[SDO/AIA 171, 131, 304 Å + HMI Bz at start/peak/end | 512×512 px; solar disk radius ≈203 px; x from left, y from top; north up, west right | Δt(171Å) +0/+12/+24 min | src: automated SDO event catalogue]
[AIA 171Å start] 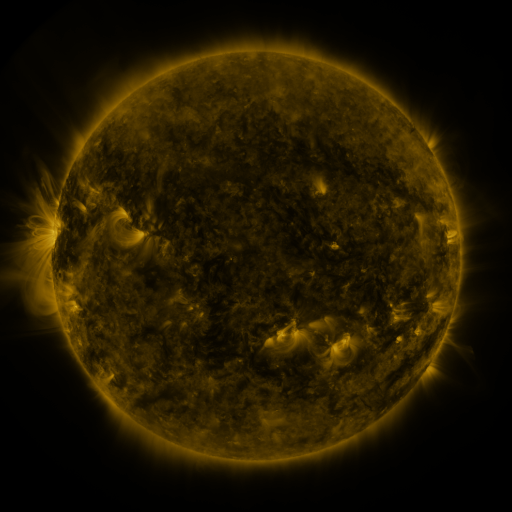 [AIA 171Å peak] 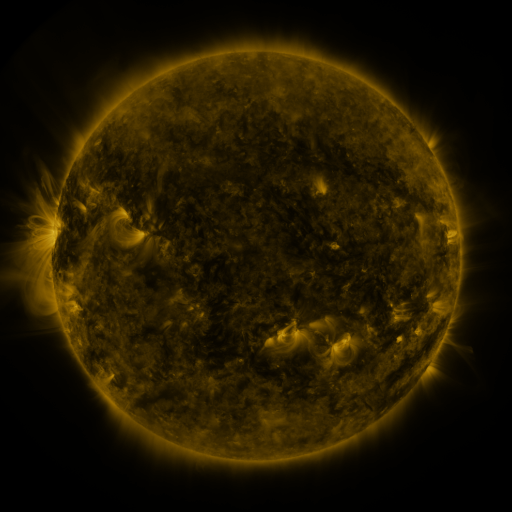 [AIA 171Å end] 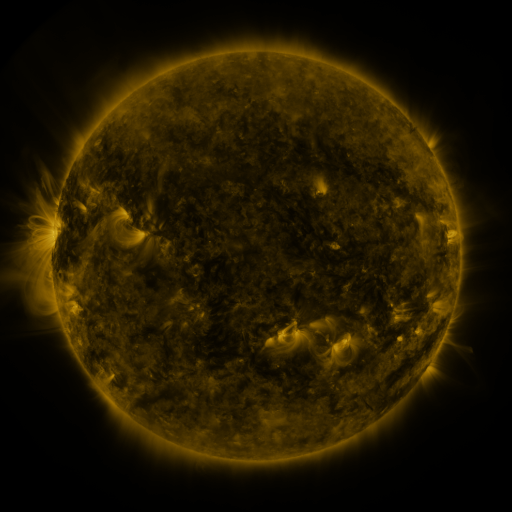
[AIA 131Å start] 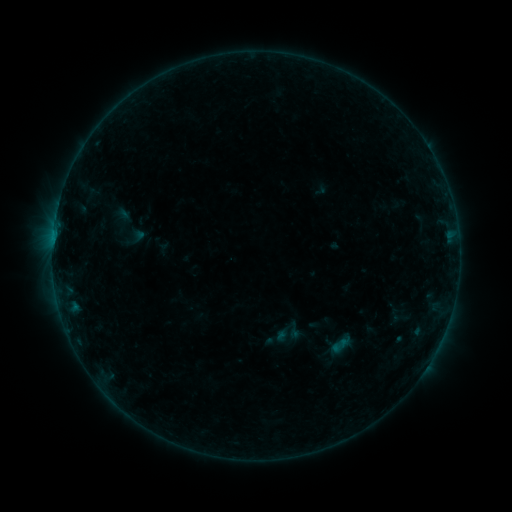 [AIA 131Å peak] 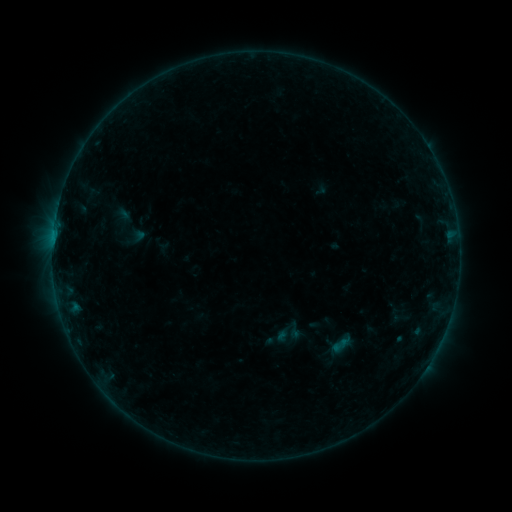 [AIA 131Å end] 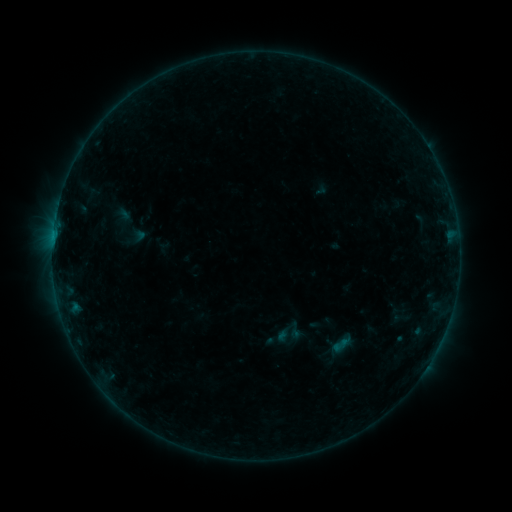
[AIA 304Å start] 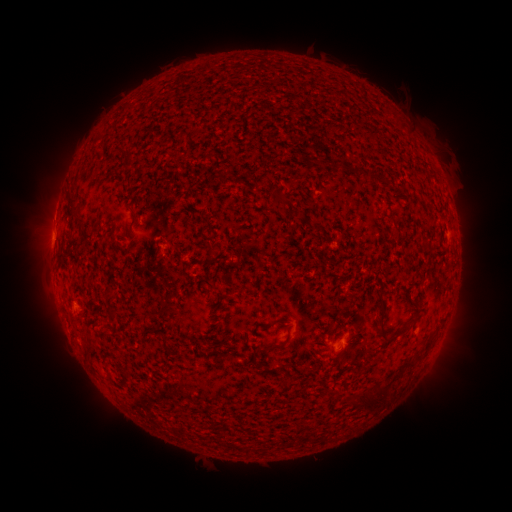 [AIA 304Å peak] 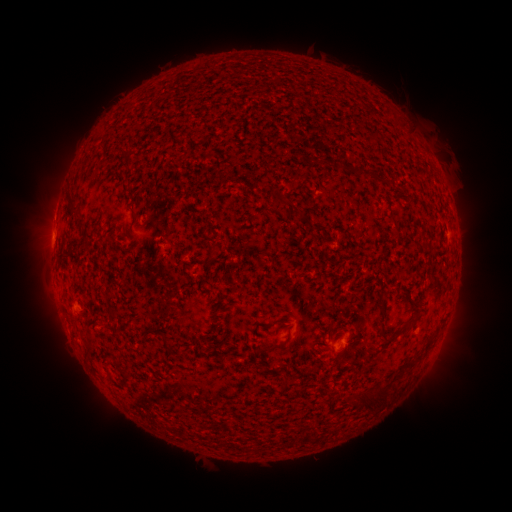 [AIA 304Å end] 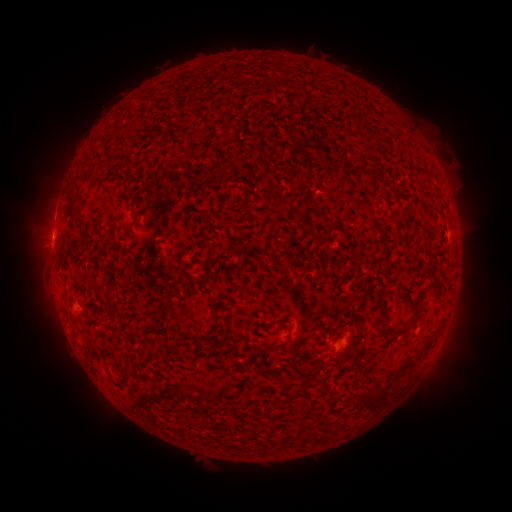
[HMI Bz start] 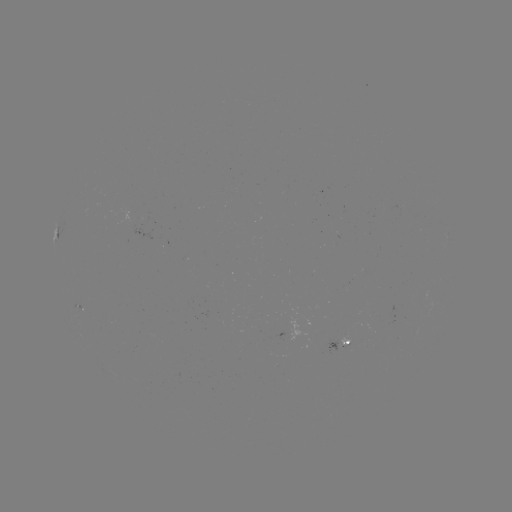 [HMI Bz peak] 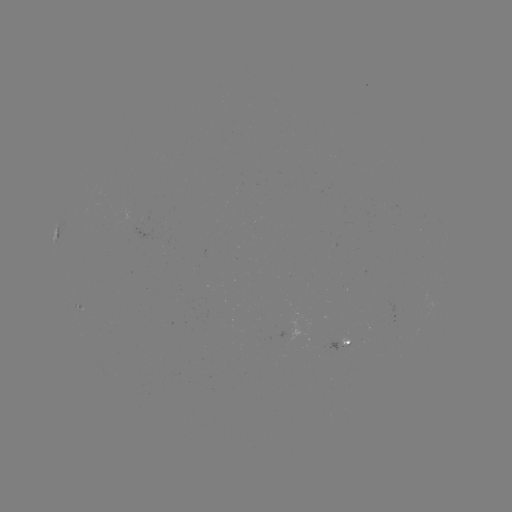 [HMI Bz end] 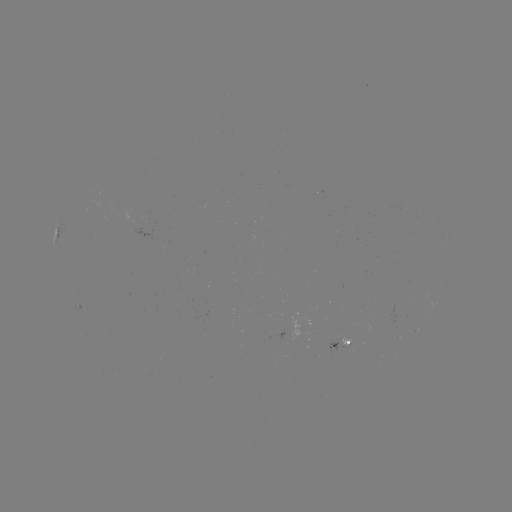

nothing was catalogued: no classed flare, no EUV trigger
